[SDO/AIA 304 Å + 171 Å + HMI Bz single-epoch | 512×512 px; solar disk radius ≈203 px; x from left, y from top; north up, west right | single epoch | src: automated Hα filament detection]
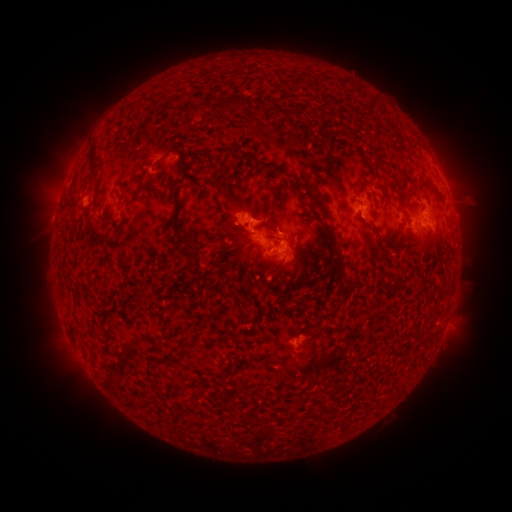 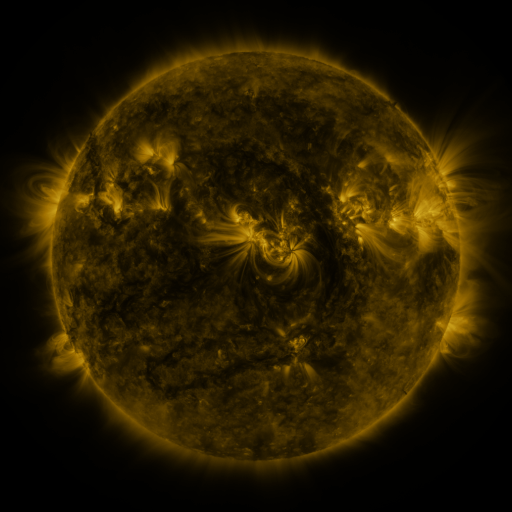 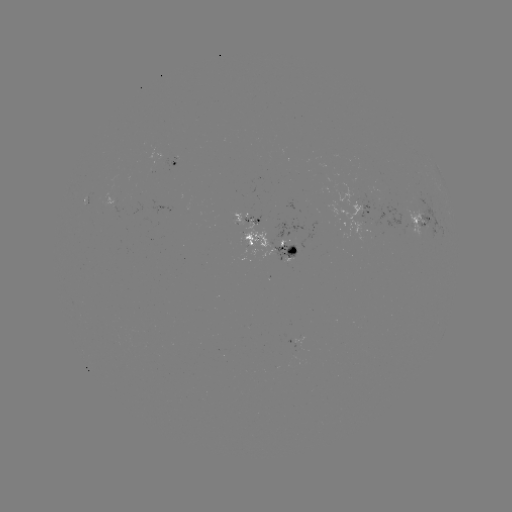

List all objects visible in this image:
filament: (232, 102)
filament: (370, 104)
filament: (199, 108)
filament: (242, 154)
filament: (94, 164)
filament: (268, 165)
filament: (296, 187)
filament: (432, 187)
filament: (219, 188)
filament: (353, 188)
filament: (402, 209)
filament: (330, 231)
filament: (385, 238)
filament: (189, 244)
filament: (332, 260)
filament: (289, 263)
filament: (187, 267)
filament: (309, 271)
filament: (140, 302)
filament: (74, 327)
filament: (183, 352)
